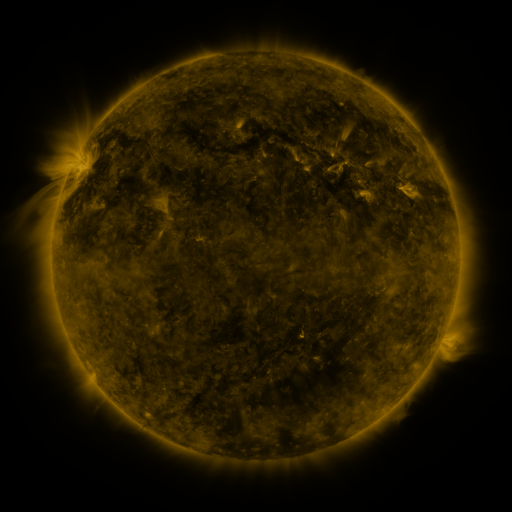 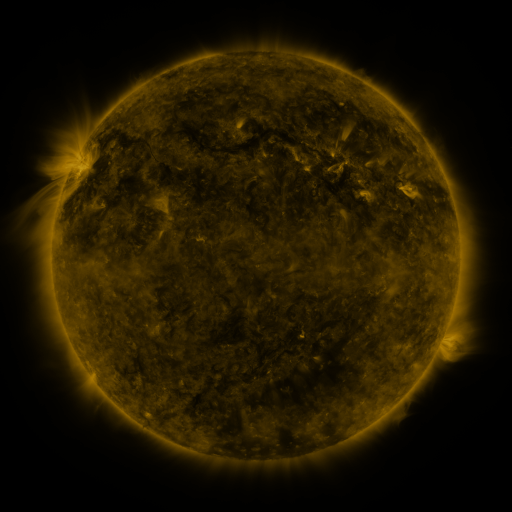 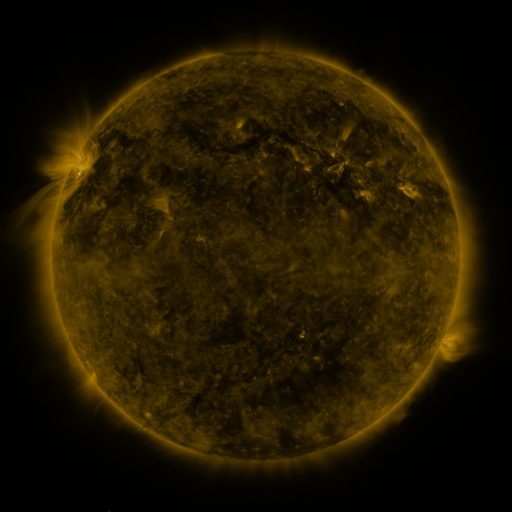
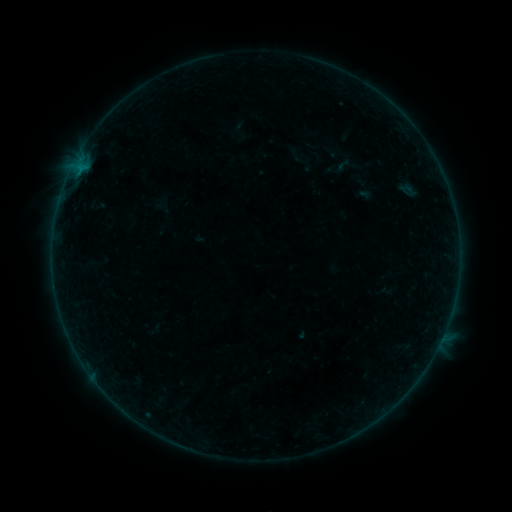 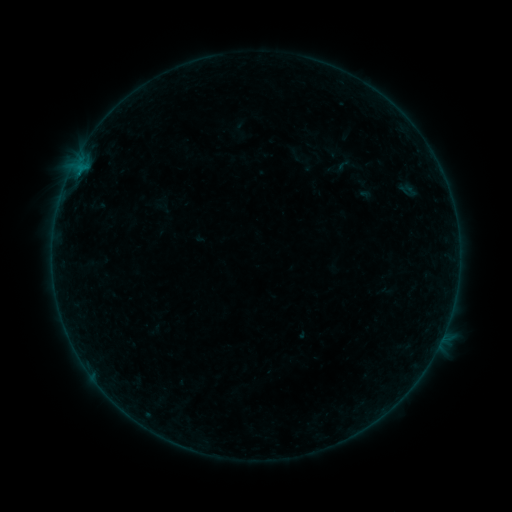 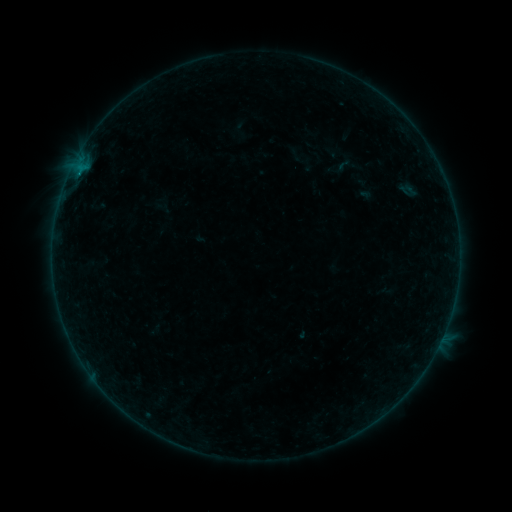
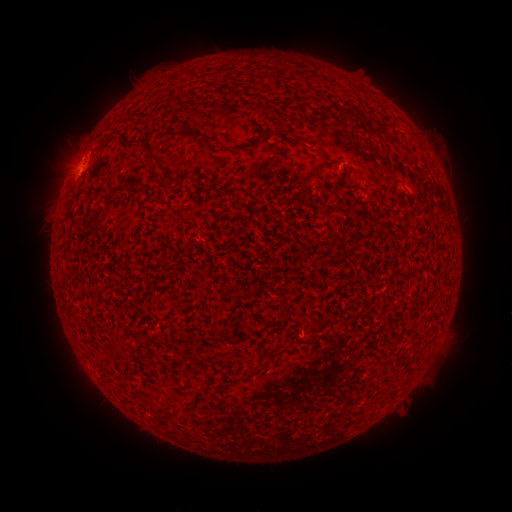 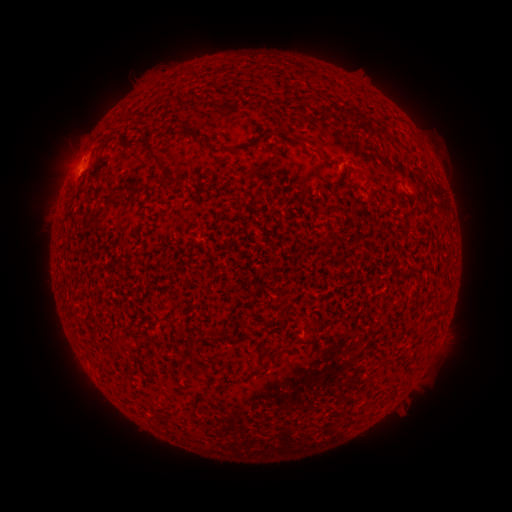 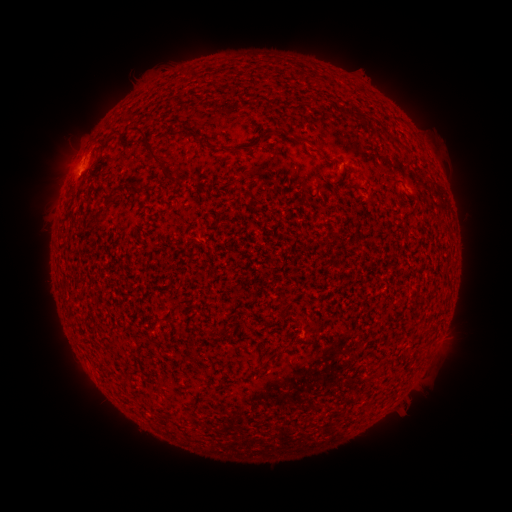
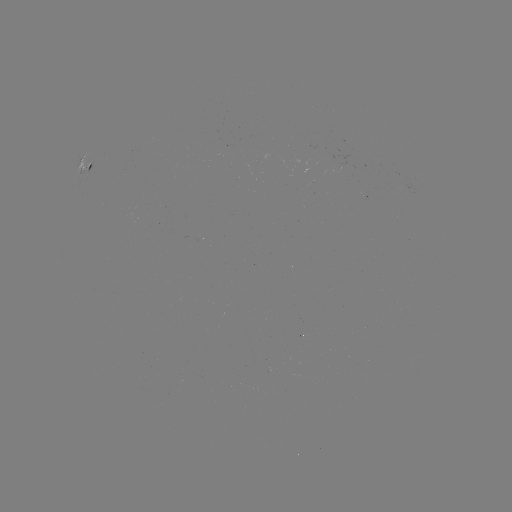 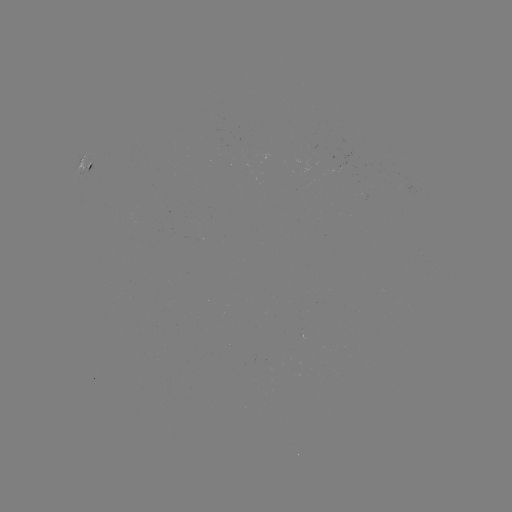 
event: flare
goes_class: B2.4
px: (81, 177)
